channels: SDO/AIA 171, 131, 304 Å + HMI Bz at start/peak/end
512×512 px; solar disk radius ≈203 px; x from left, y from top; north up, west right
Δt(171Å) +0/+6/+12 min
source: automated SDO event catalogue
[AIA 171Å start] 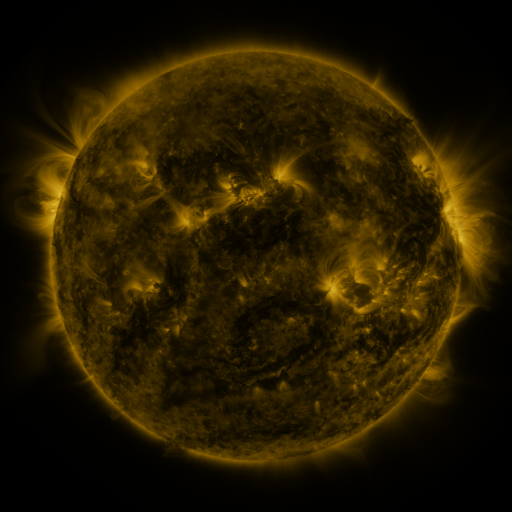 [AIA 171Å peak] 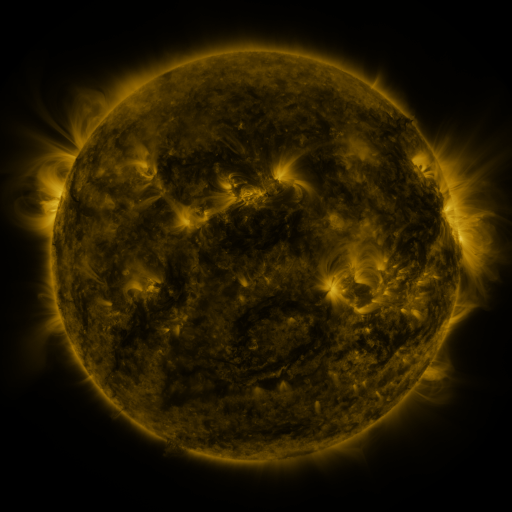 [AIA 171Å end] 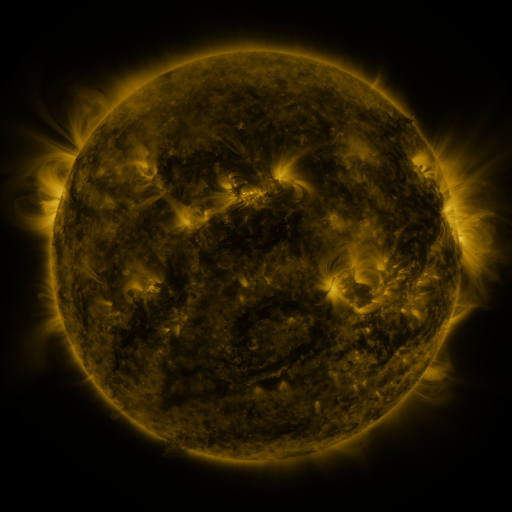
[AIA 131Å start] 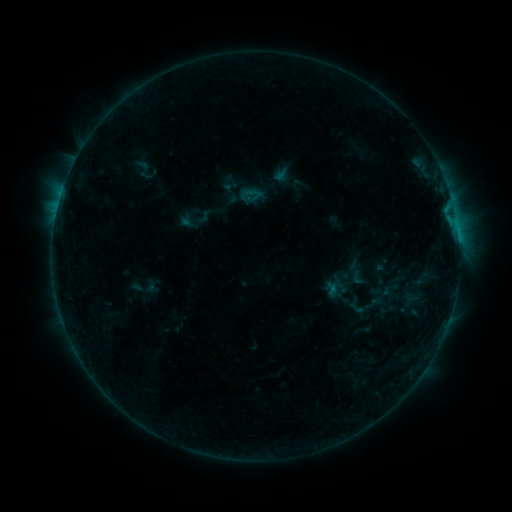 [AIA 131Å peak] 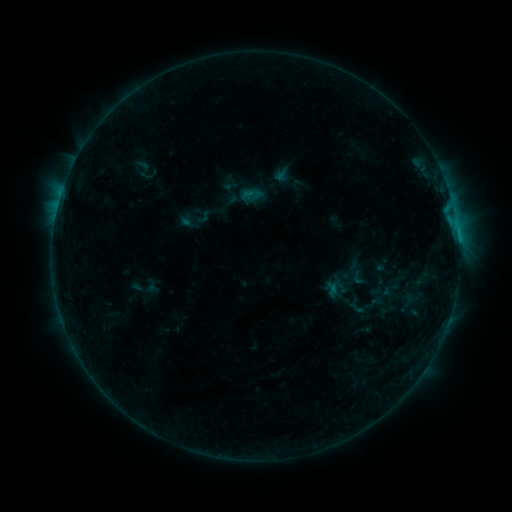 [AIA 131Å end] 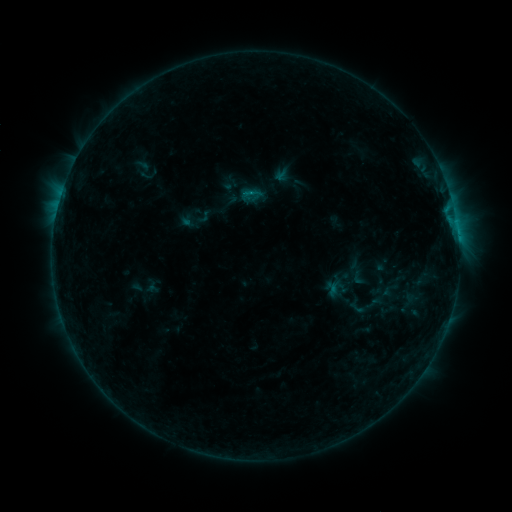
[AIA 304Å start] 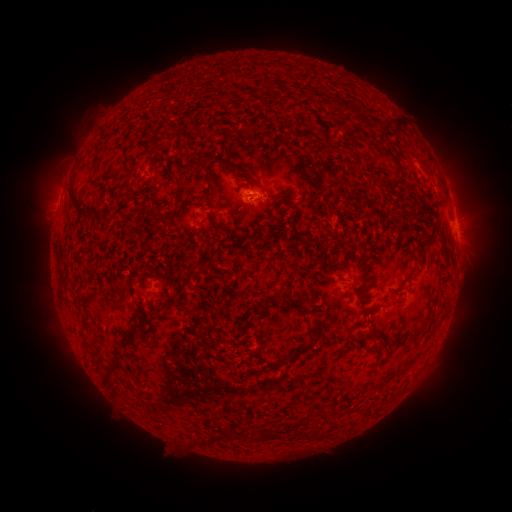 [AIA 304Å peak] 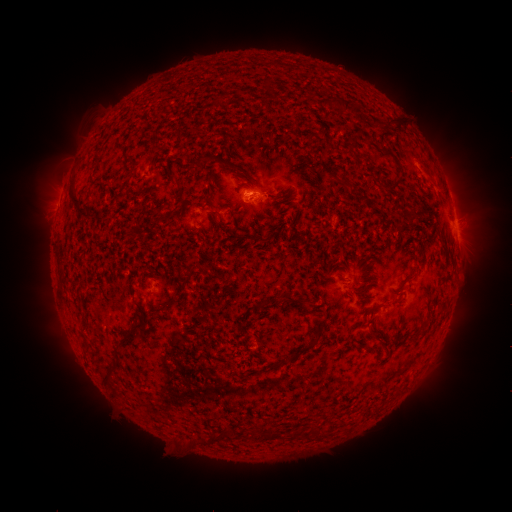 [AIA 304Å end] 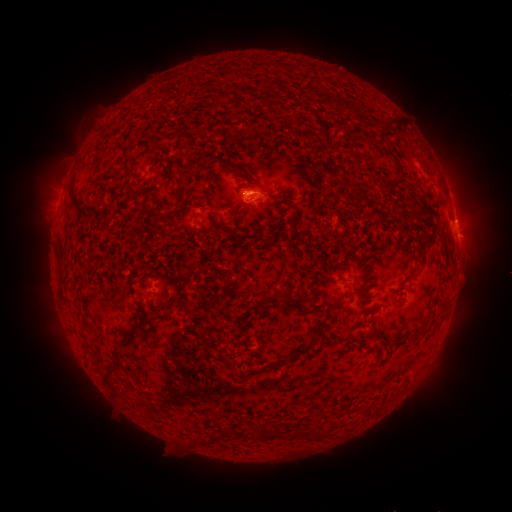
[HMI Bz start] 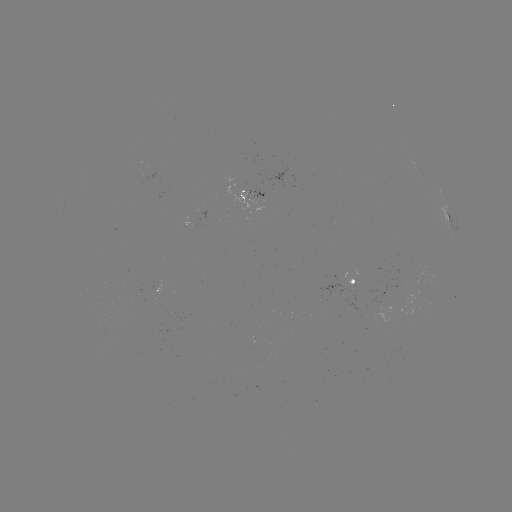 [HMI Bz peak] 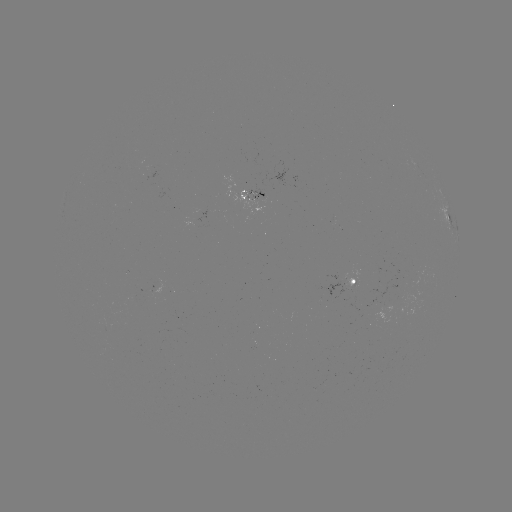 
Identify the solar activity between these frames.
B4.5 flare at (249, 195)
